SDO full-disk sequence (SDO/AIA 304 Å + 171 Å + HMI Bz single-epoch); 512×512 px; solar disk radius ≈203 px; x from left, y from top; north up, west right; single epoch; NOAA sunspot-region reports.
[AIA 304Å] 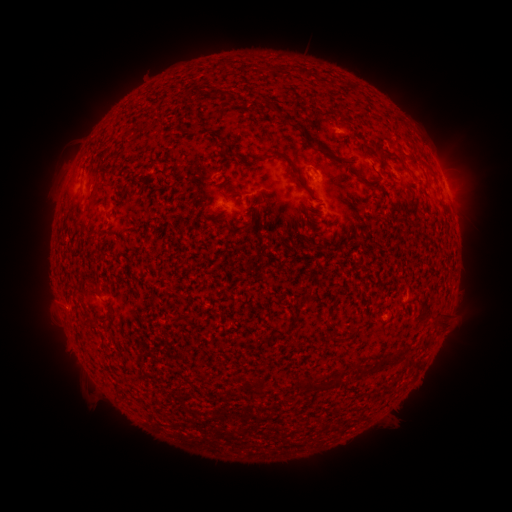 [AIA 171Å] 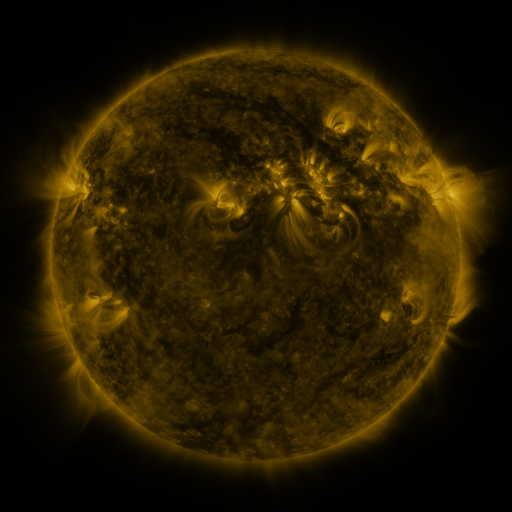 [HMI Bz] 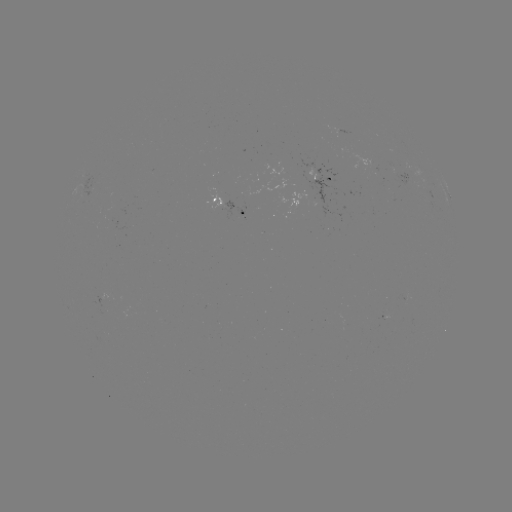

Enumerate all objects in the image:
spotted active region: (403, 176)
spotted active region: (325, 180)
spotted active region: (449, 193)
spotted active region: (449, 195)
spotted active region: (228, 203)
spotted active region: (113, 294)
